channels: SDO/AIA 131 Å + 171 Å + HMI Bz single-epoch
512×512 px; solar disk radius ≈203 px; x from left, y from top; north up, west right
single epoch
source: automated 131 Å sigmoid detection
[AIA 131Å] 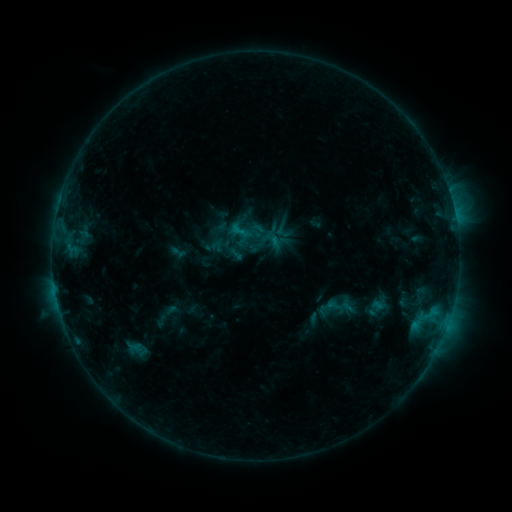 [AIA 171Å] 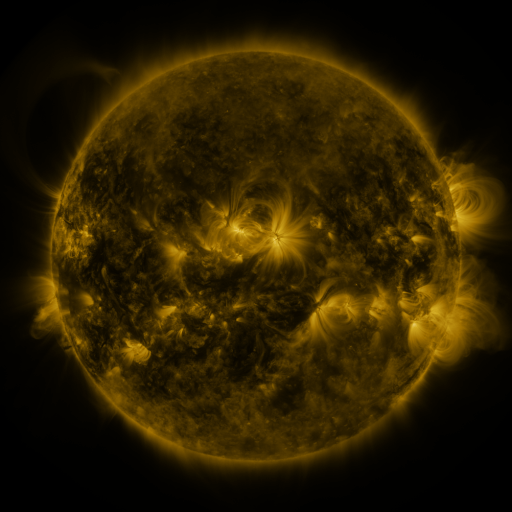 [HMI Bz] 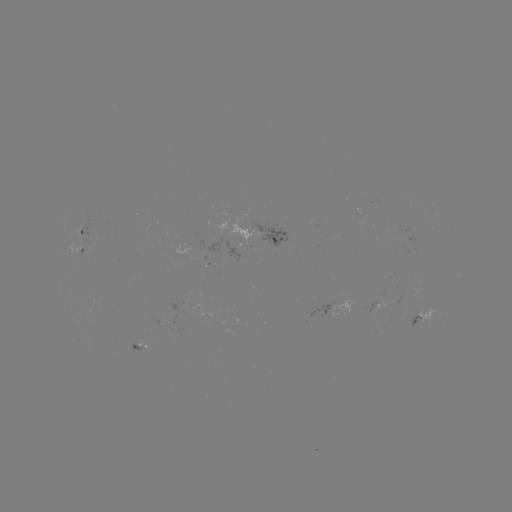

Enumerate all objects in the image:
sigmoid: (240, 231)
